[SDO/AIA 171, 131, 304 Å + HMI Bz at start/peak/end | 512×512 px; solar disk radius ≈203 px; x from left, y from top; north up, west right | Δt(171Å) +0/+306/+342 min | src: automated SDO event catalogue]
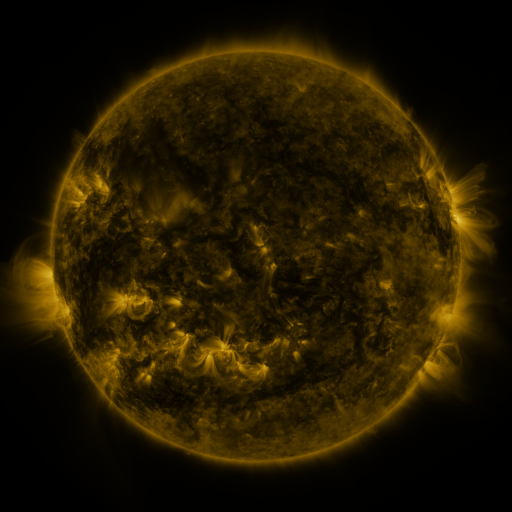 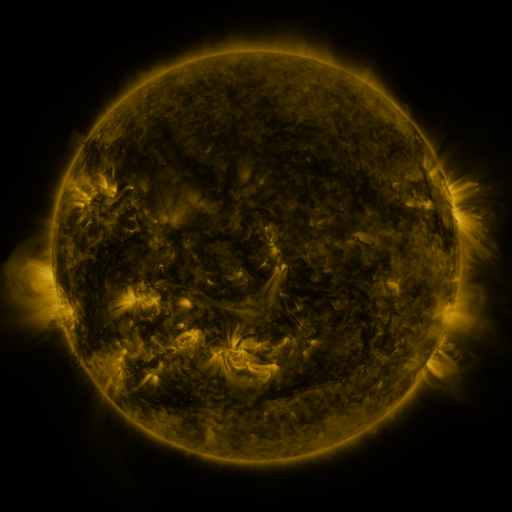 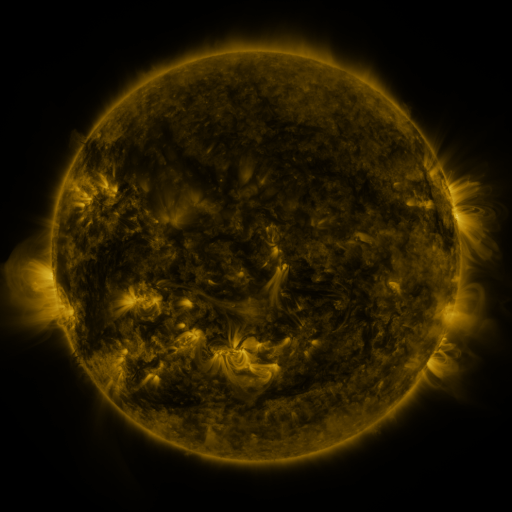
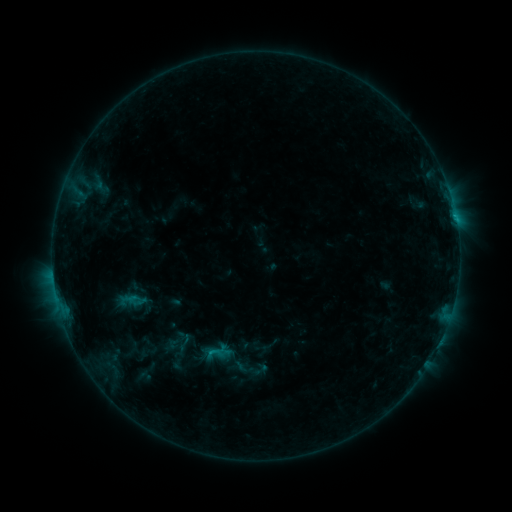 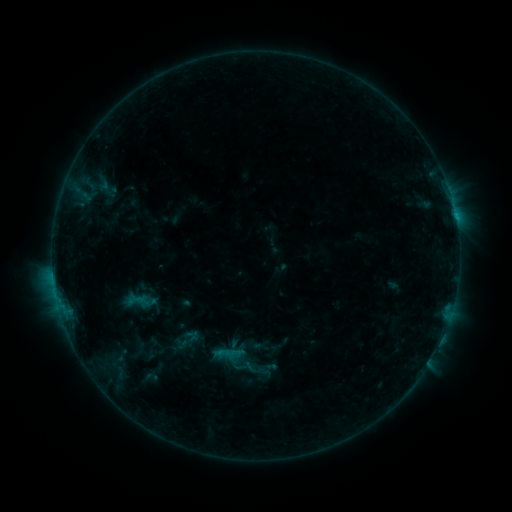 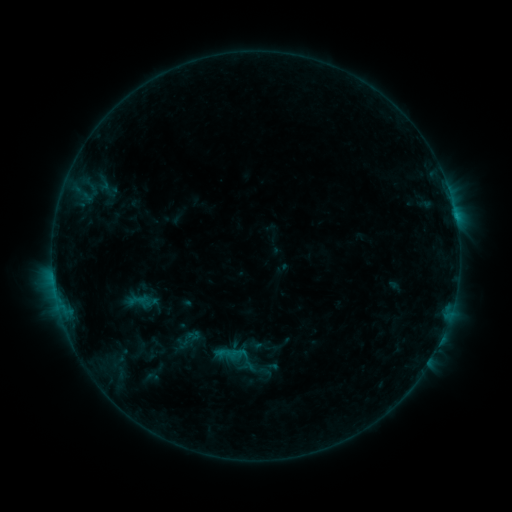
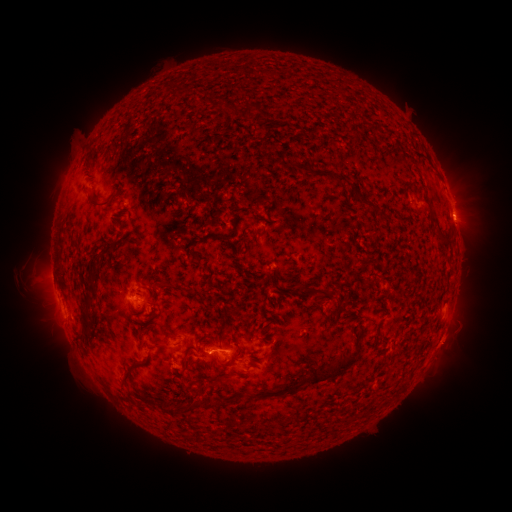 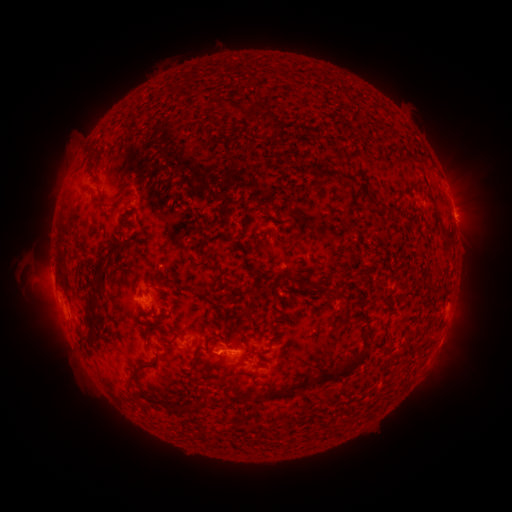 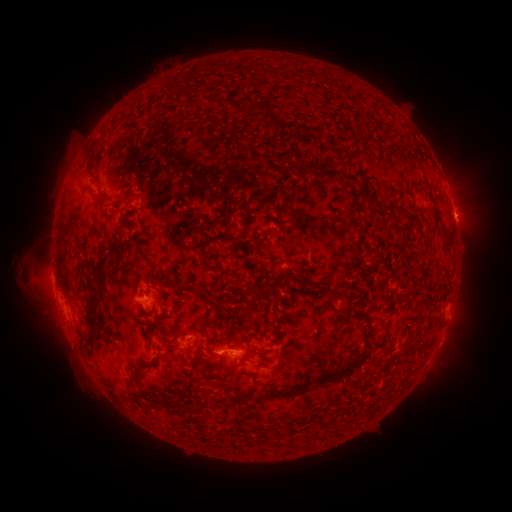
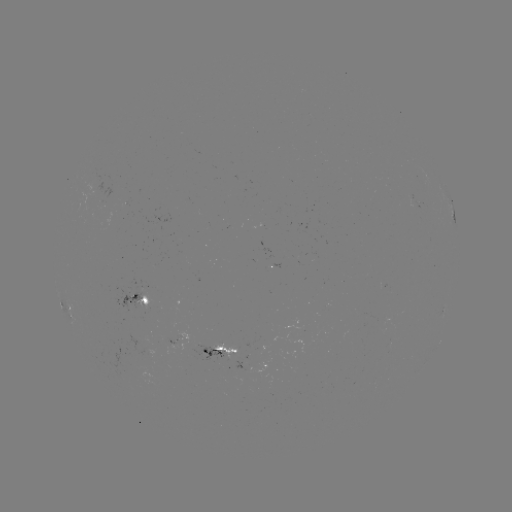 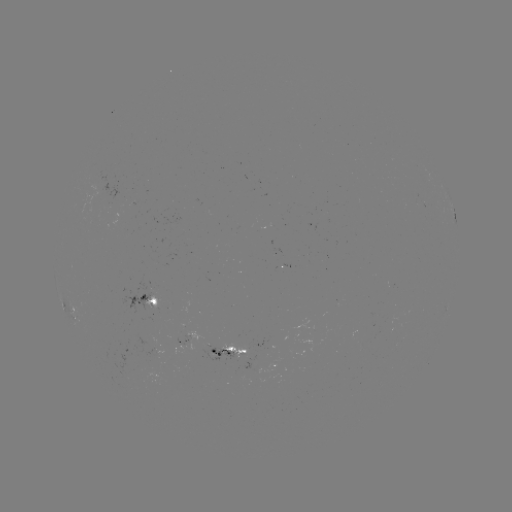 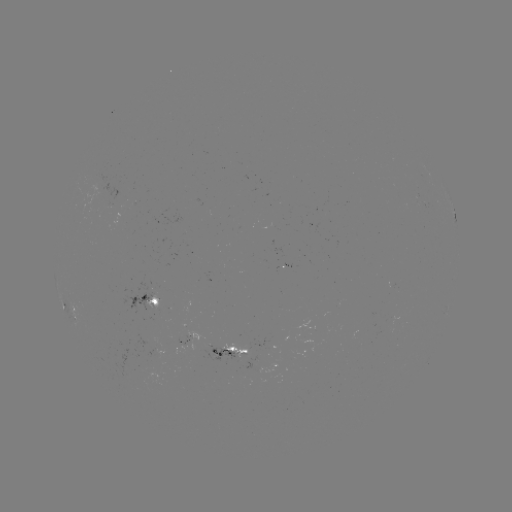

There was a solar emerging-flux region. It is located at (183, 343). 